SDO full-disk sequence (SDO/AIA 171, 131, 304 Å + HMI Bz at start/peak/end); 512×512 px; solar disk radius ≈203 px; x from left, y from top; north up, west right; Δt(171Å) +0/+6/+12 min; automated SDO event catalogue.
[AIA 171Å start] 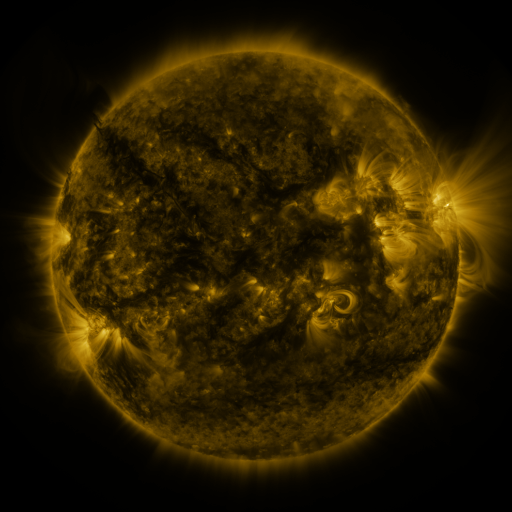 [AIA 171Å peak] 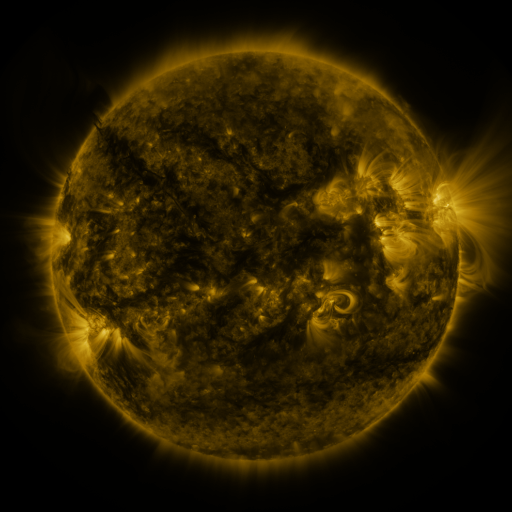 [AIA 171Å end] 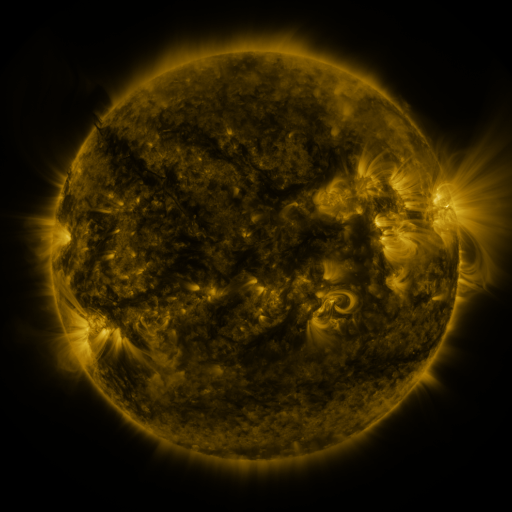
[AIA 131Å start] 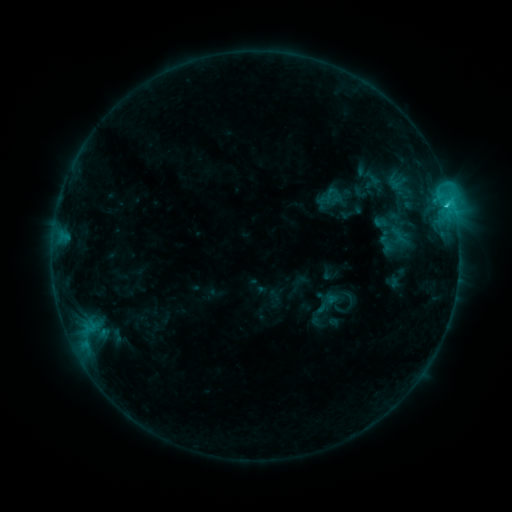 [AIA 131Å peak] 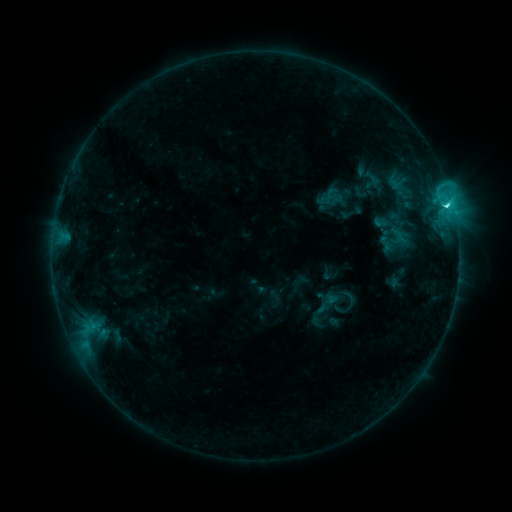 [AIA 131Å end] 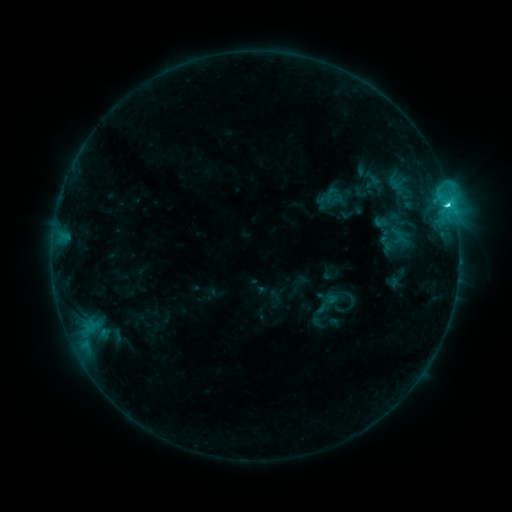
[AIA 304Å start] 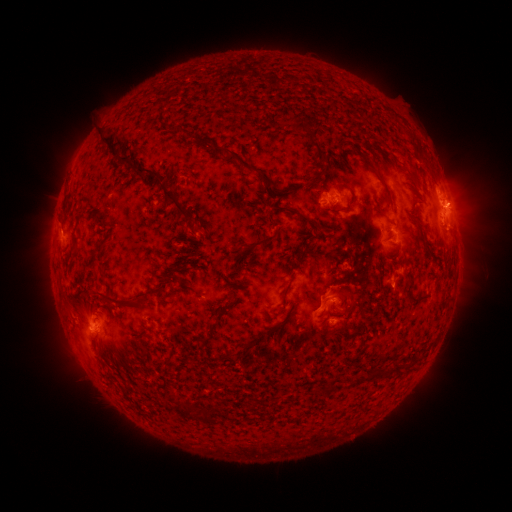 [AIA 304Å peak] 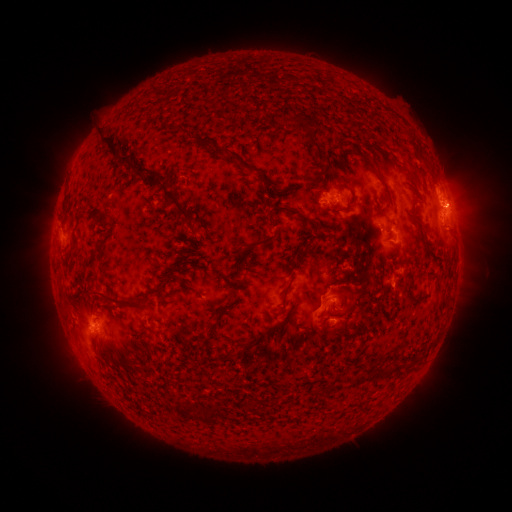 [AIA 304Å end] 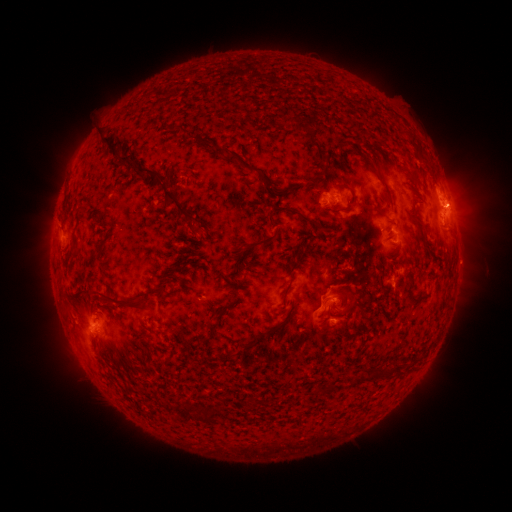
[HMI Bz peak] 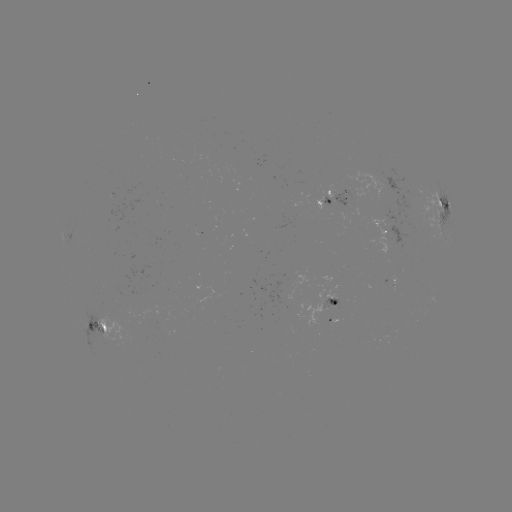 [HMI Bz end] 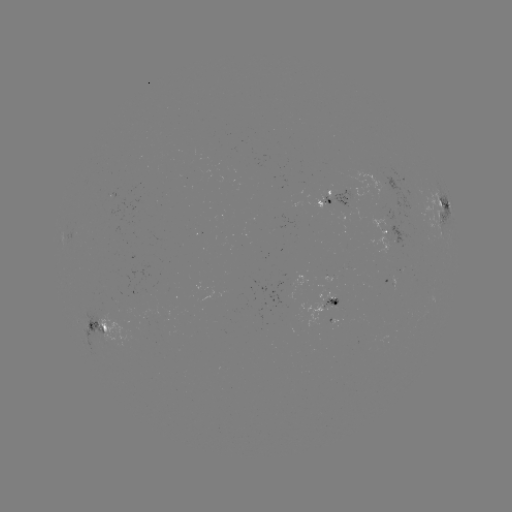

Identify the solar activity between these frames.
C4.3 flare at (446, 207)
